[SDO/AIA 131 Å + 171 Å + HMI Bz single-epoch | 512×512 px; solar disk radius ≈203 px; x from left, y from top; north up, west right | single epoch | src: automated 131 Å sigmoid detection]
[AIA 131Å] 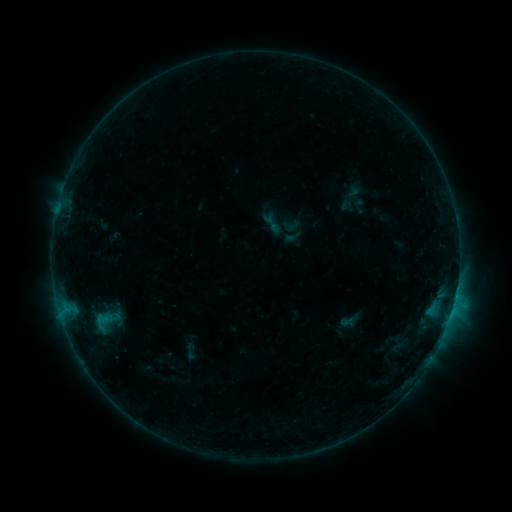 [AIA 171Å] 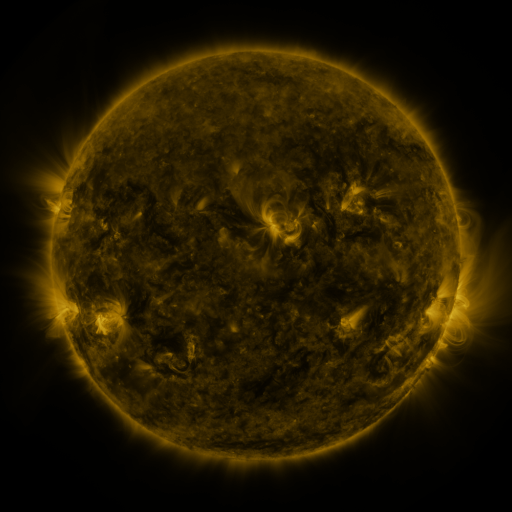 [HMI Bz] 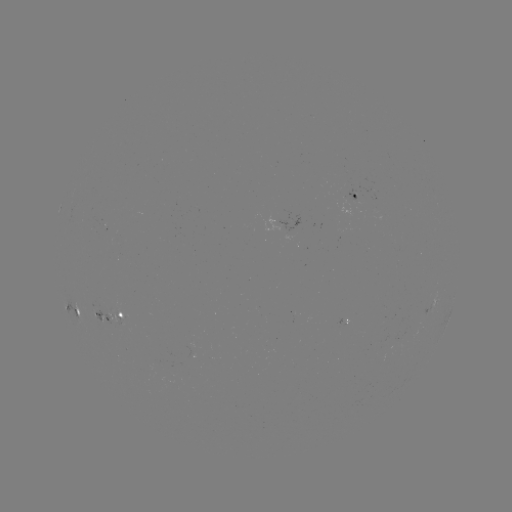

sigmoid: <bbox>261, 214, 282, 233</bbox>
